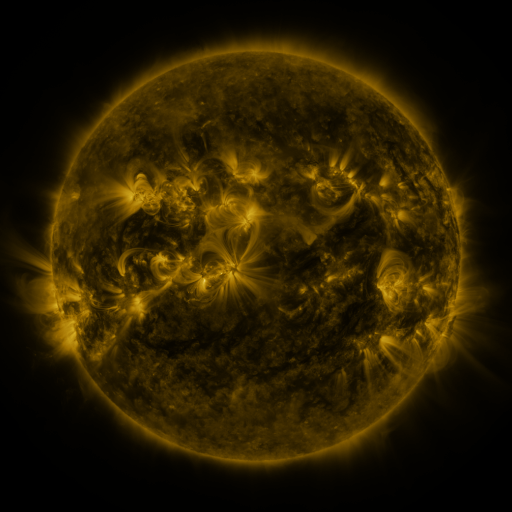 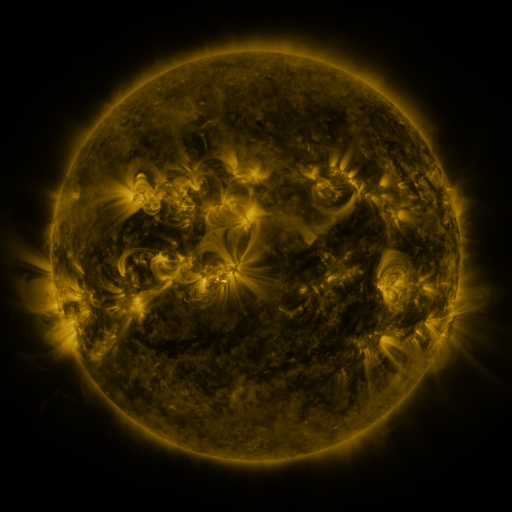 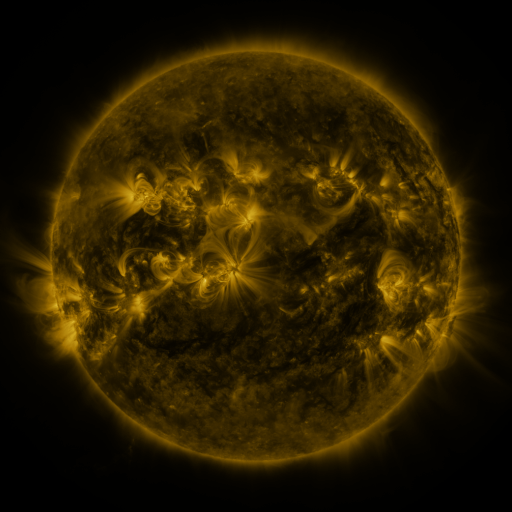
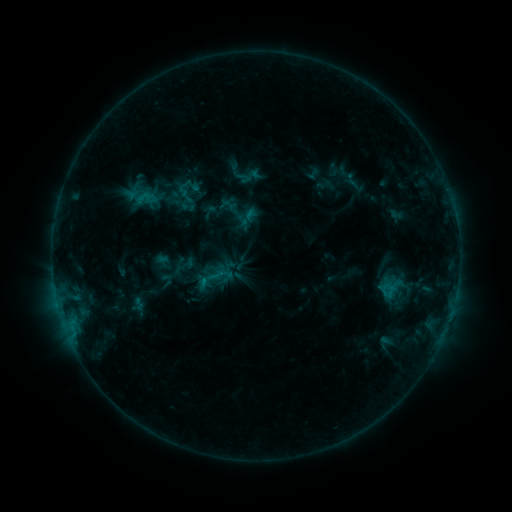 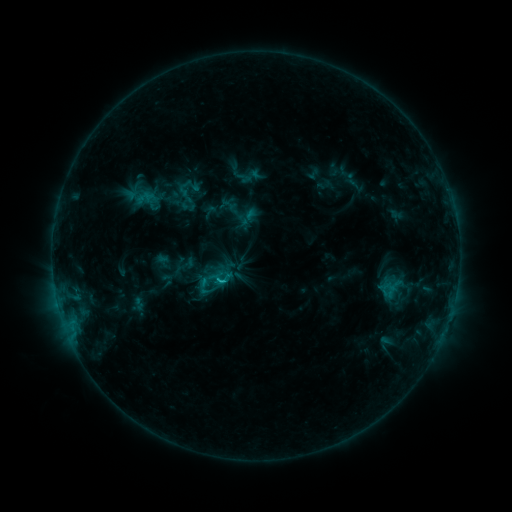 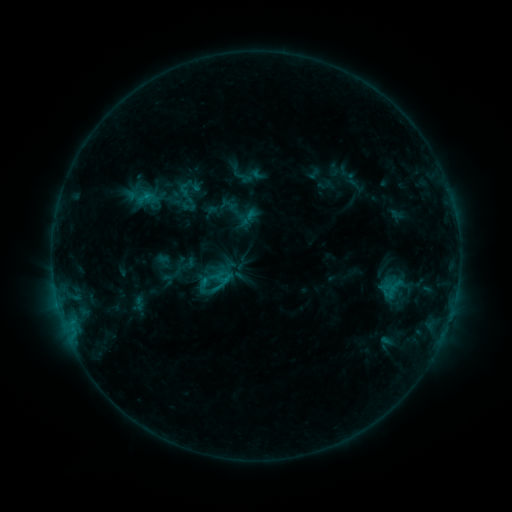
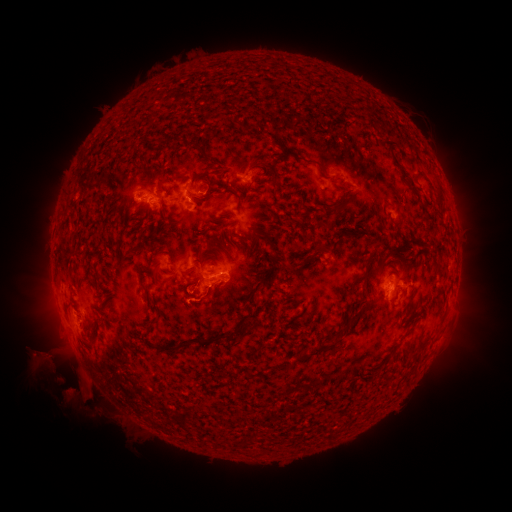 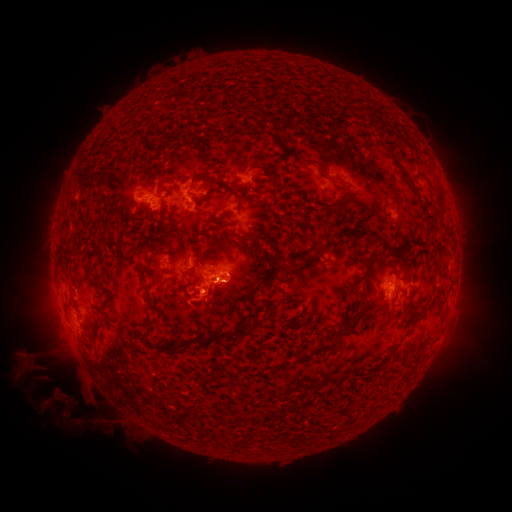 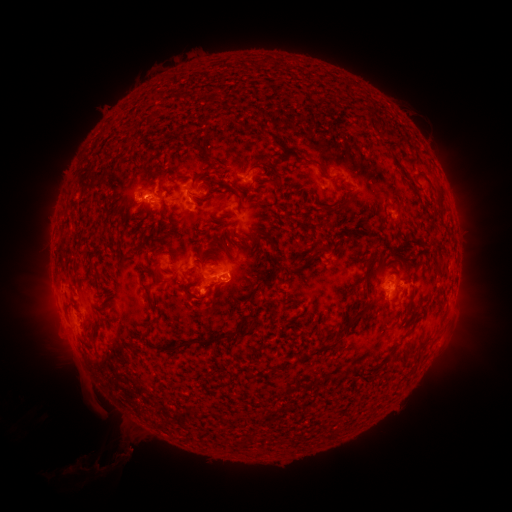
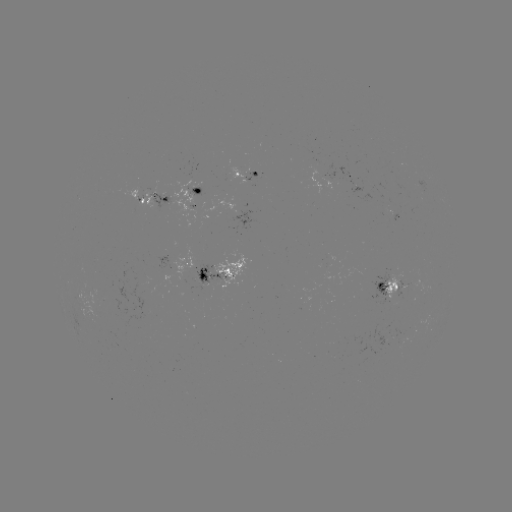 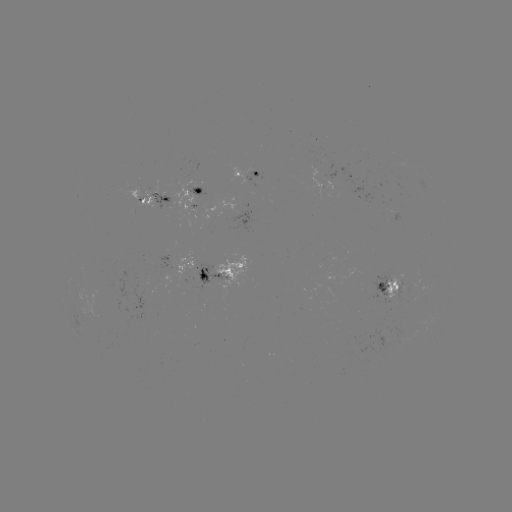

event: flare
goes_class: C1.0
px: (221, 276)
